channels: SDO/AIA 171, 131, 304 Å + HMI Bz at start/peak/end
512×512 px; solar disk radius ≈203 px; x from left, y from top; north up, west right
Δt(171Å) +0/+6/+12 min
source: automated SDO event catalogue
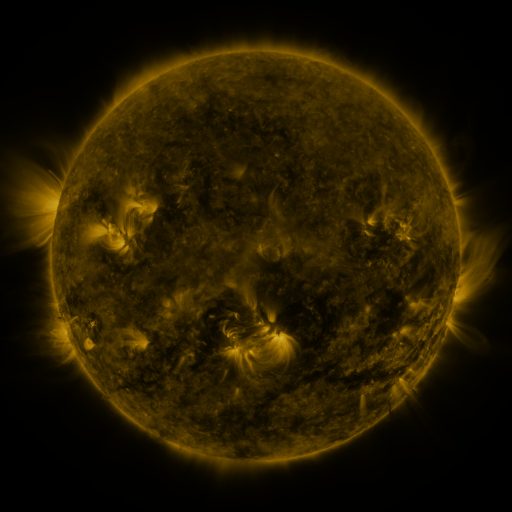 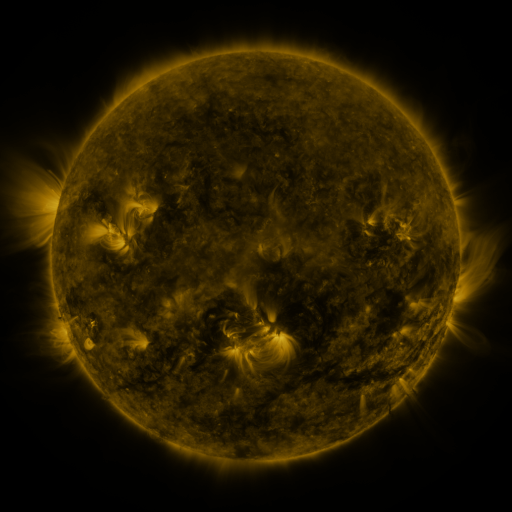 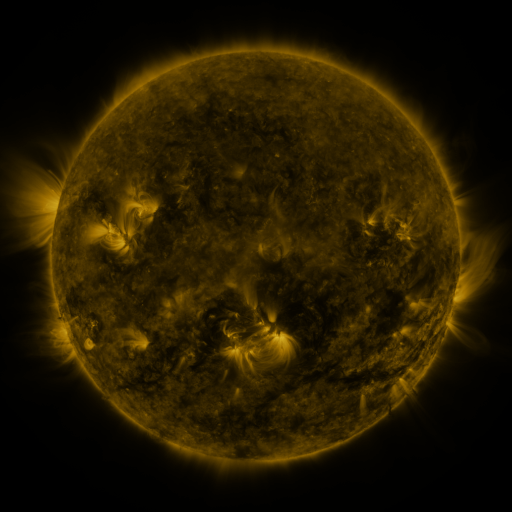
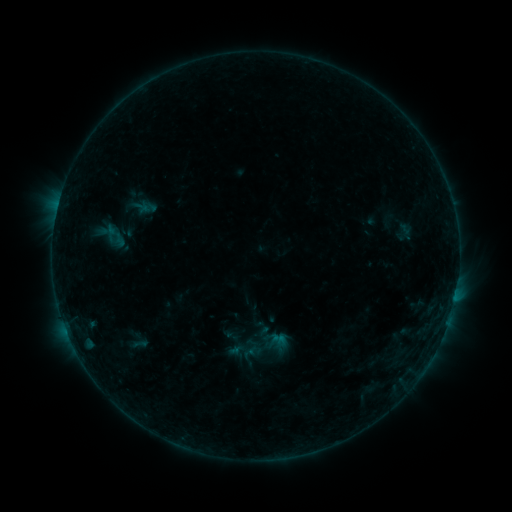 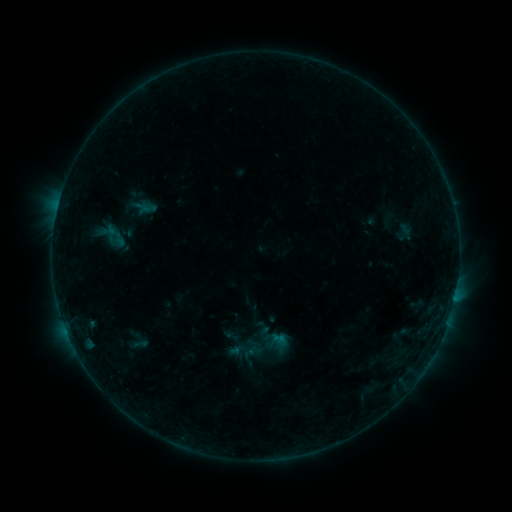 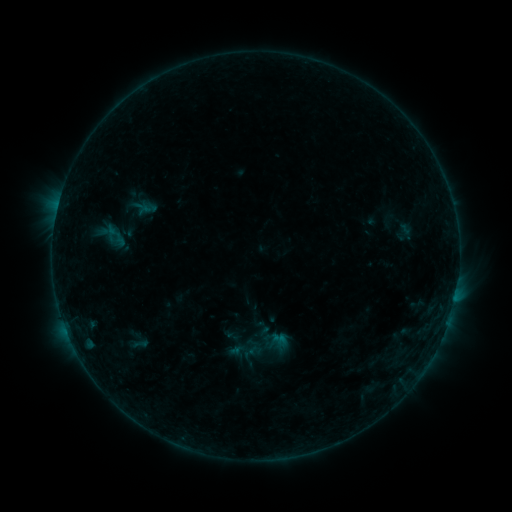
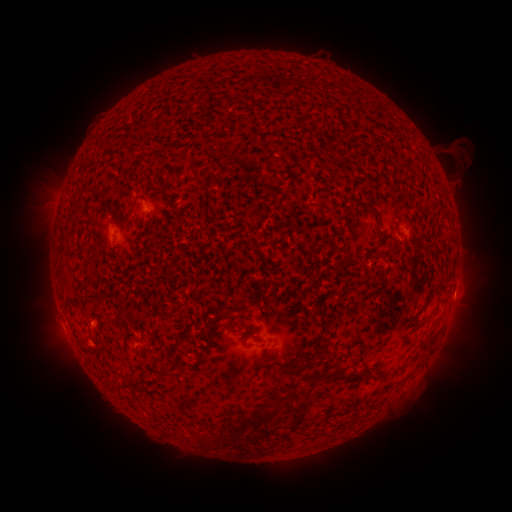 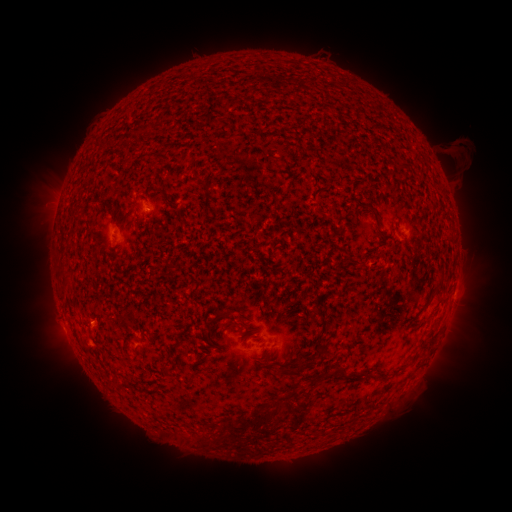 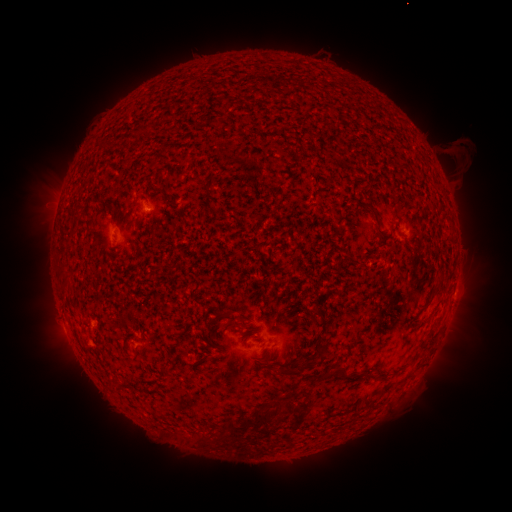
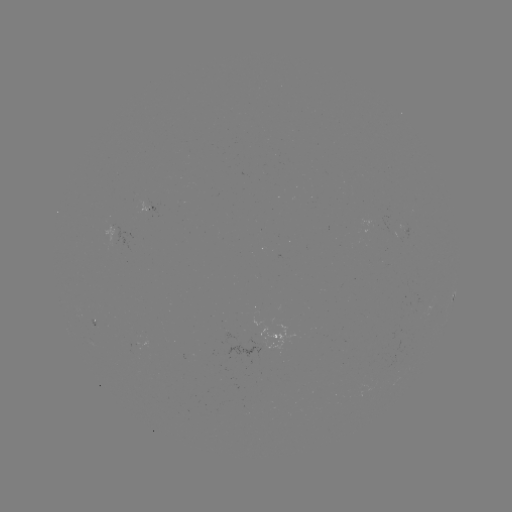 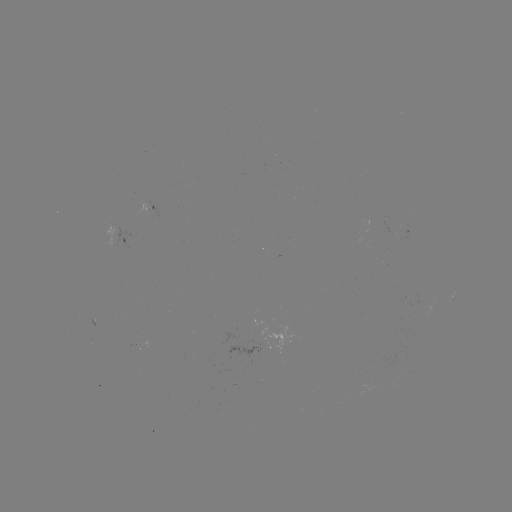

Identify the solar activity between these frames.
nothing was catalogued: no classed flare, no EUV trigger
